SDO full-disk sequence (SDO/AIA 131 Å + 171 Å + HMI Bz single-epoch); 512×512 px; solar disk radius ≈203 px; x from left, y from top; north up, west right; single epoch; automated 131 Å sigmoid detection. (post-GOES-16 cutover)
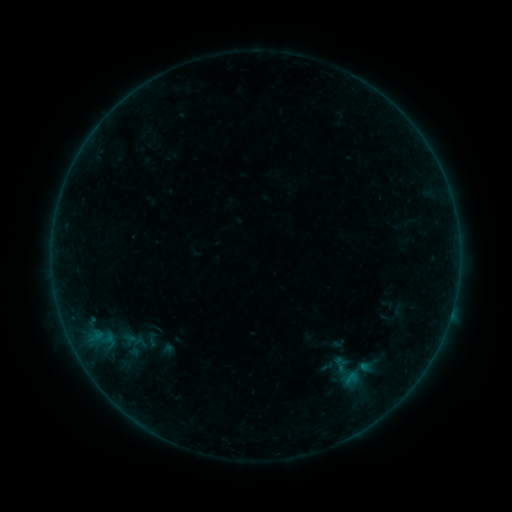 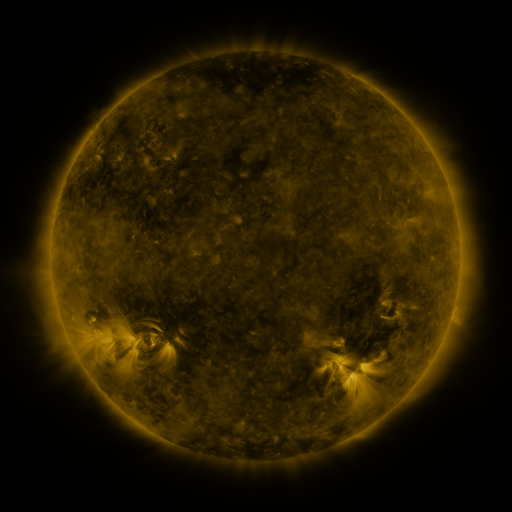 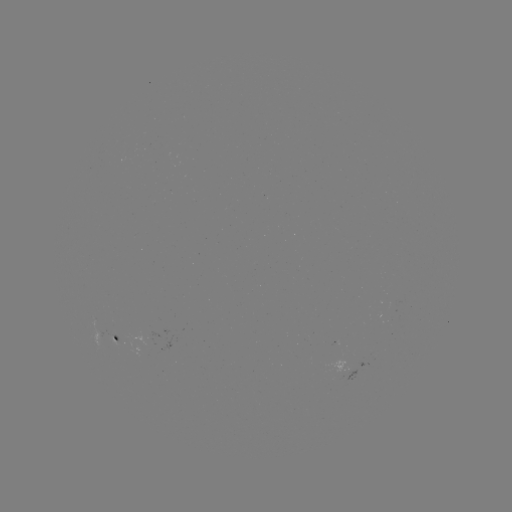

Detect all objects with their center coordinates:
sigmoid: (152, 340)
sigmoid: (140, 342)
sigmoid: (346, 373)
